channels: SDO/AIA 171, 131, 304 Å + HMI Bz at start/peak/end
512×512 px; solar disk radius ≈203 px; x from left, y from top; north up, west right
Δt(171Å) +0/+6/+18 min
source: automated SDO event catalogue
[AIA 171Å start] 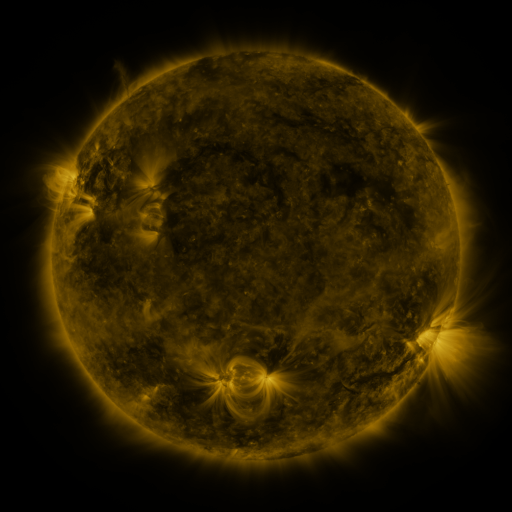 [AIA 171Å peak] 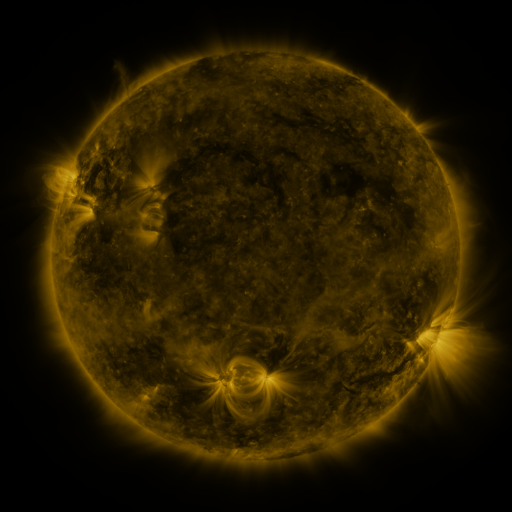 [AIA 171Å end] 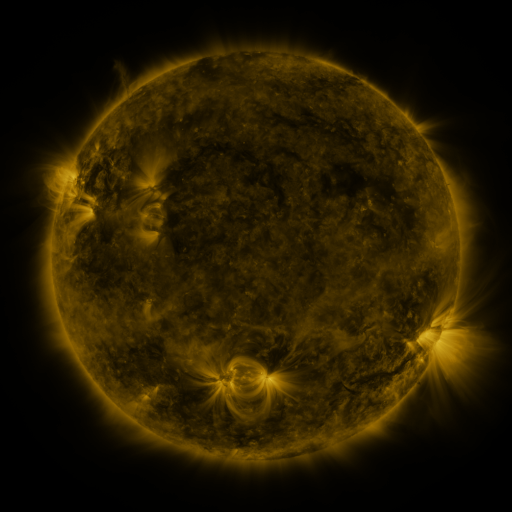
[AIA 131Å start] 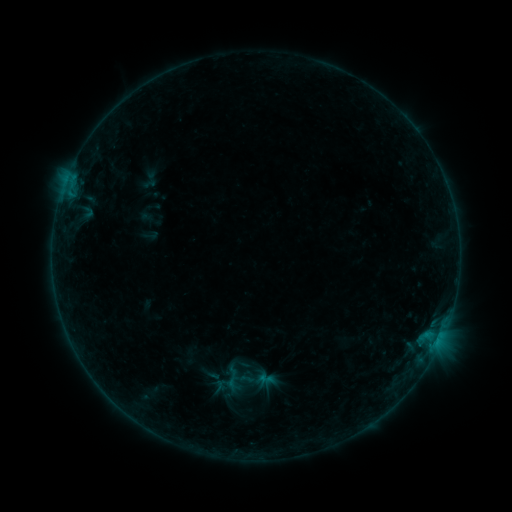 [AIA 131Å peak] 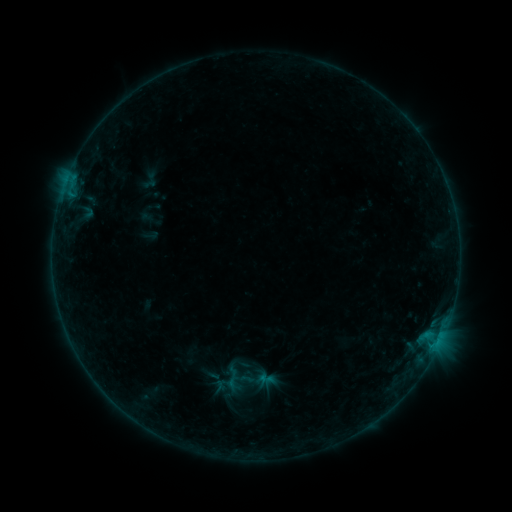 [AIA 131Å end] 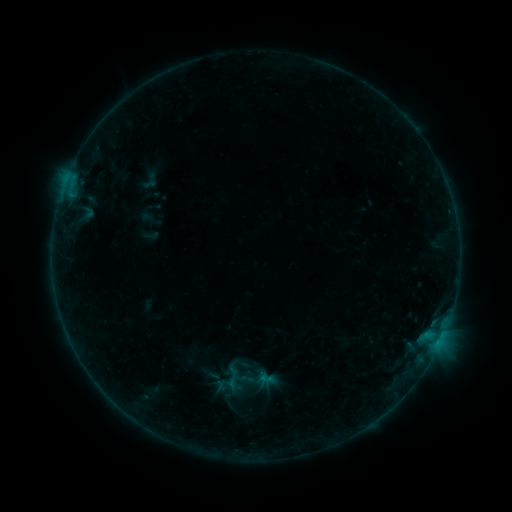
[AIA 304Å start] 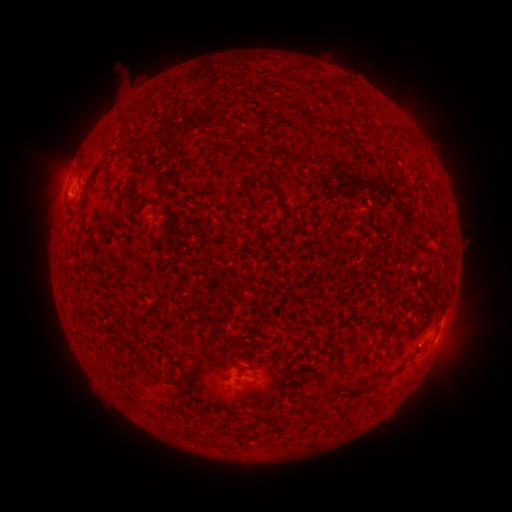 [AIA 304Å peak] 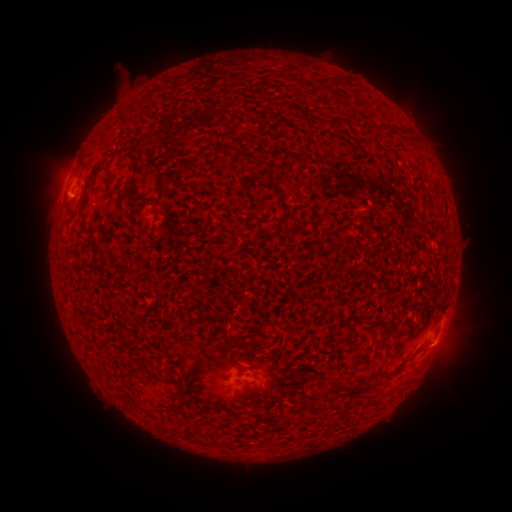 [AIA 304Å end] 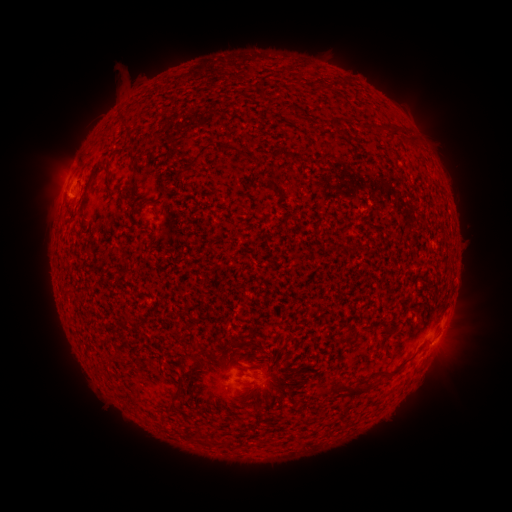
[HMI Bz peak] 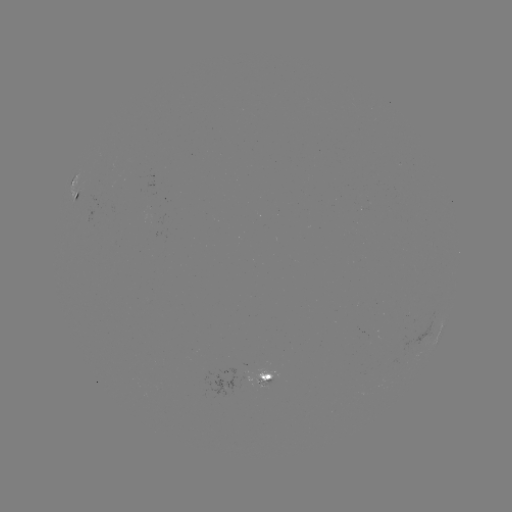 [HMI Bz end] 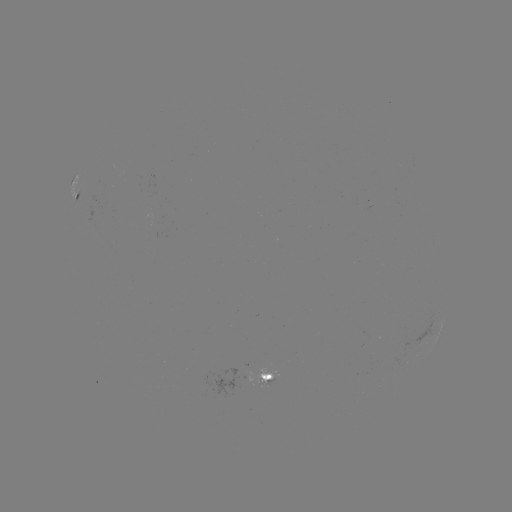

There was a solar flare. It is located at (433, 342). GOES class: B2.7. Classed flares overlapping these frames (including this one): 1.